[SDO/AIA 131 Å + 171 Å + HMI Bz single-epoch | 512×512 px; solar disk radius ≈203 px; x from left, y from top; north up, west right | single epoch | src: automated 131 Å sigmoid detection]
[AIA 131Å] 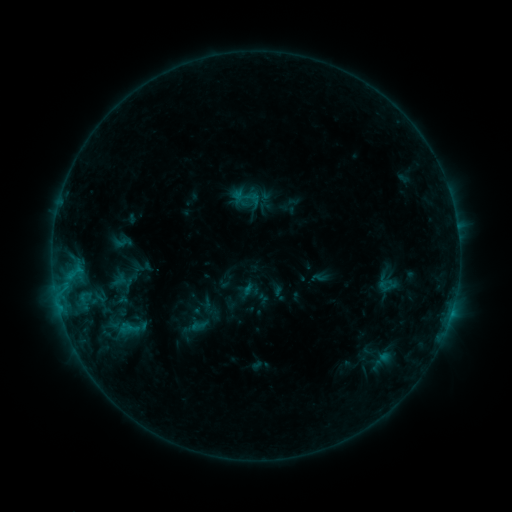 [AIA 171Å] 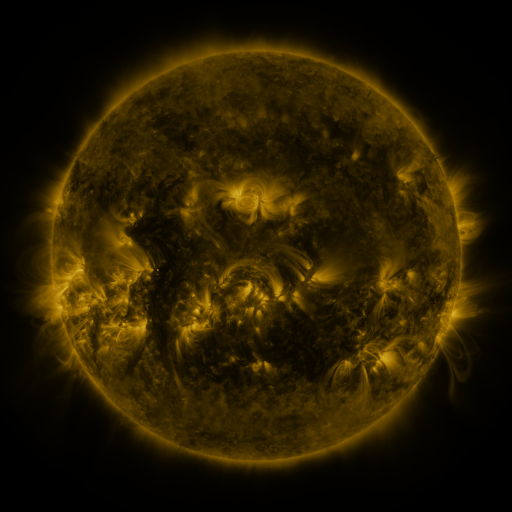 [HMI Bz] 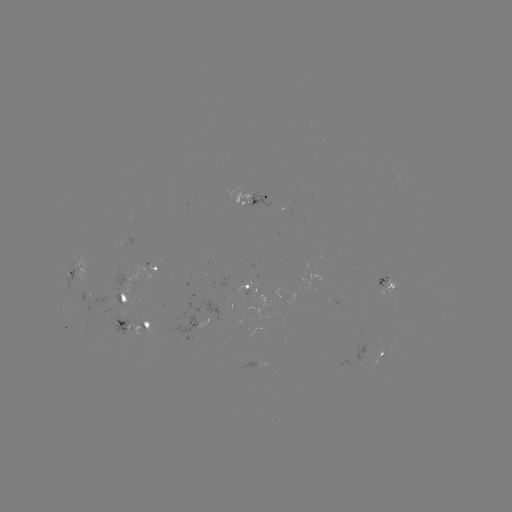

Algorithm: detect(sigmoid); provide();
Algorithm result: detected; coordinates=246,197